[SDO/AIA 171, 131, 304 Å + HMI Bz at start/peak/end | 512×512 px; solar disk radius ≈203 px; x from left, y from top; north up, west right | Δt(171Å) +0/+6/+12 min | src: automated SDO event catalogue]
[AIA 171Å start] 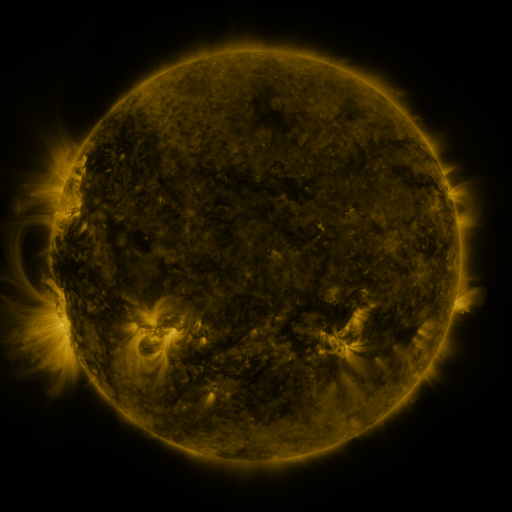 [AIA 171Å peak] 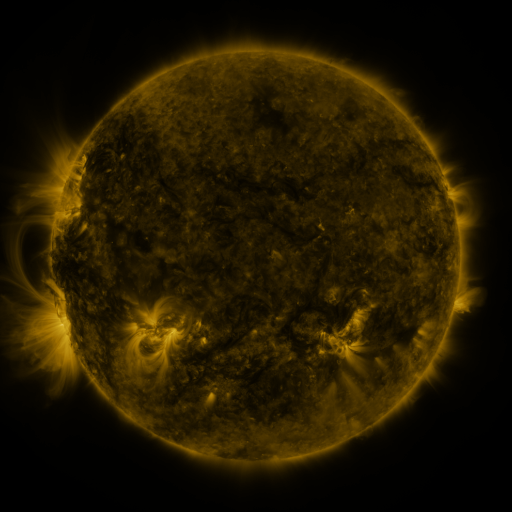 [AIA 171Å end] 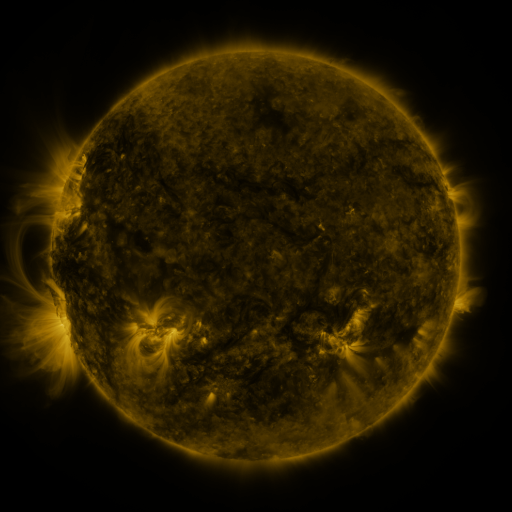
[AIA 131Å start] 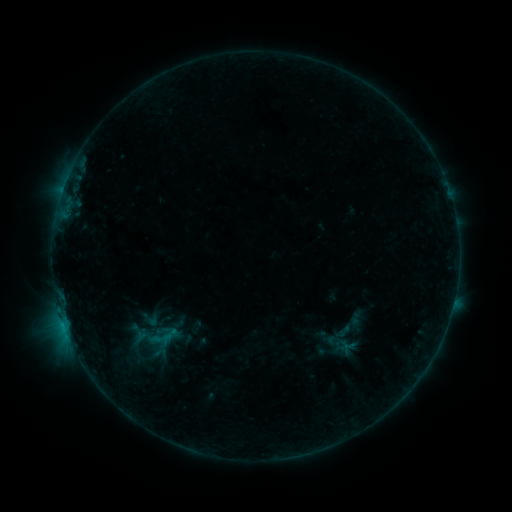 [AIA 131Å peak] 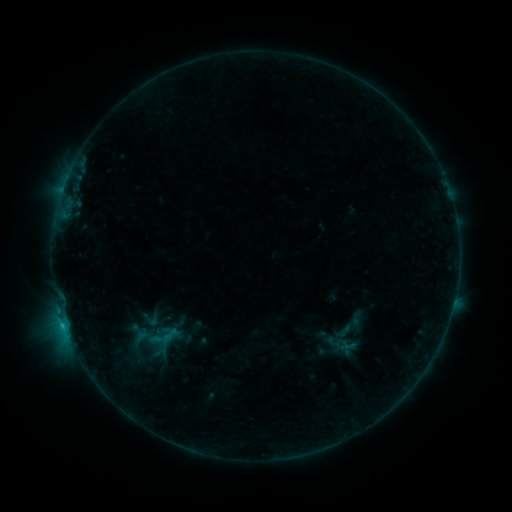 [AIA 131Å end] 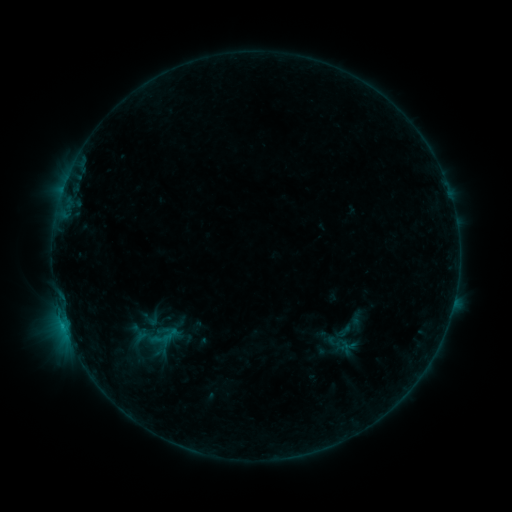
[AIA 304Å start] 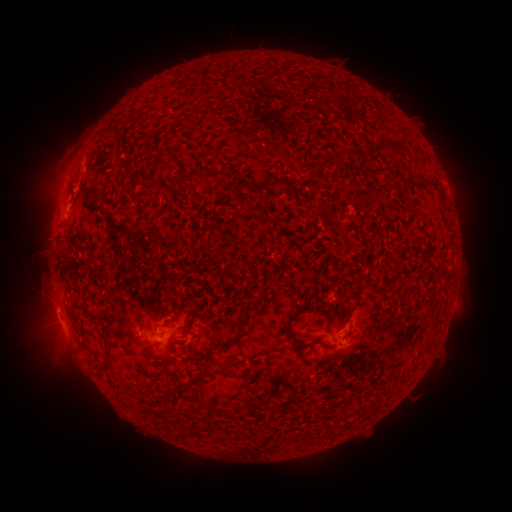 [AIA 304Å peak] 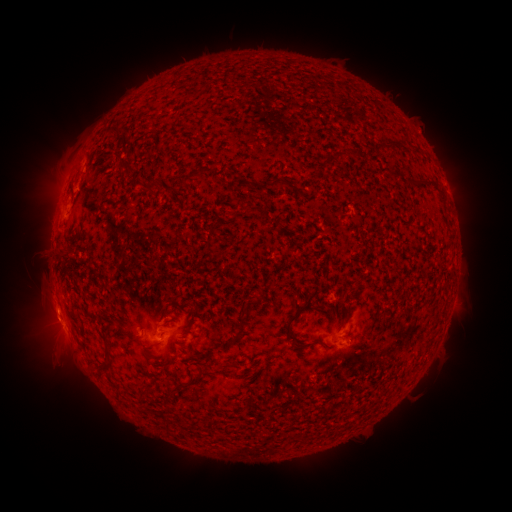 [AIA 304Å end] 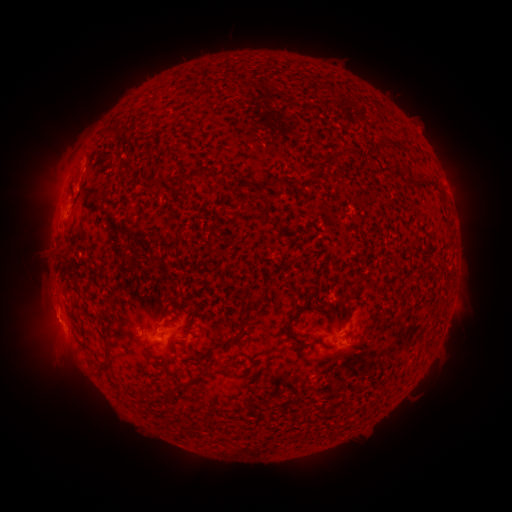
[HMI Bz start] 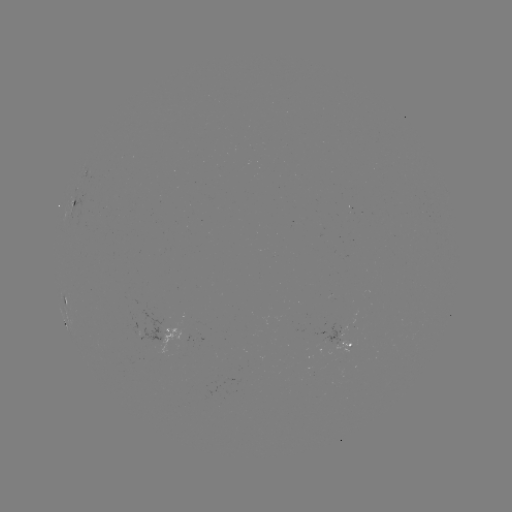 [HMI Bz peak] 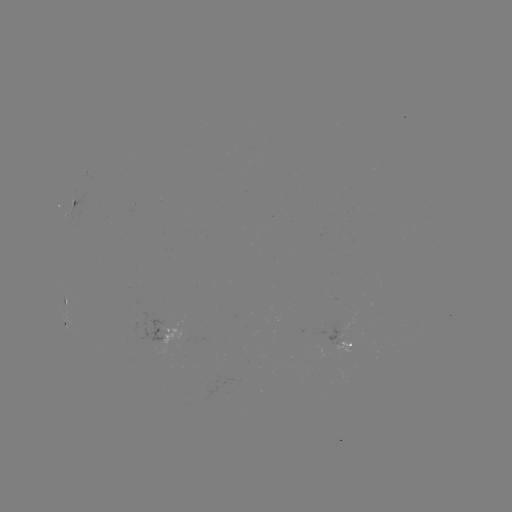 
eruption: [28, 298, 76, 343]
